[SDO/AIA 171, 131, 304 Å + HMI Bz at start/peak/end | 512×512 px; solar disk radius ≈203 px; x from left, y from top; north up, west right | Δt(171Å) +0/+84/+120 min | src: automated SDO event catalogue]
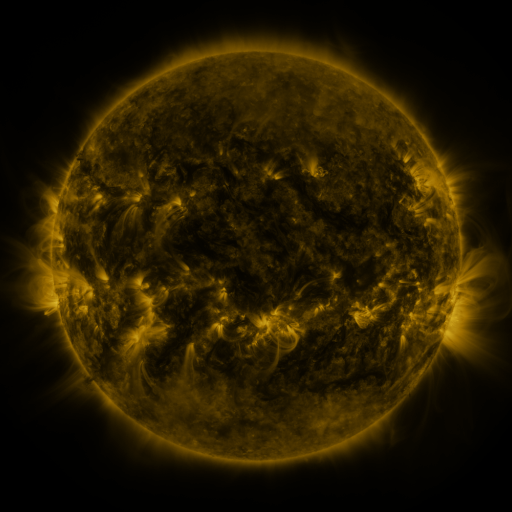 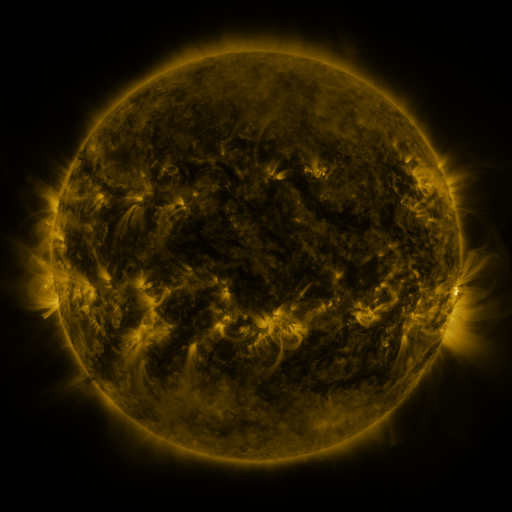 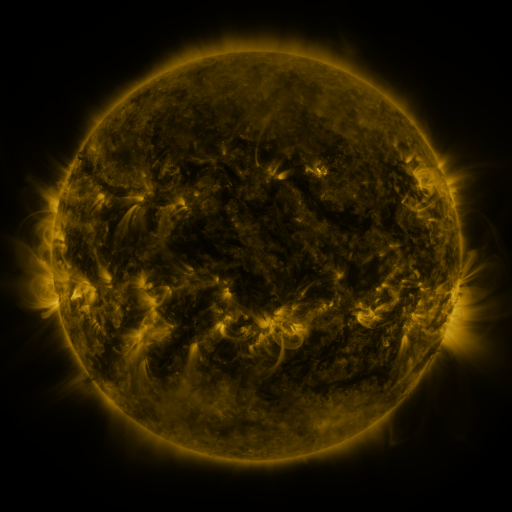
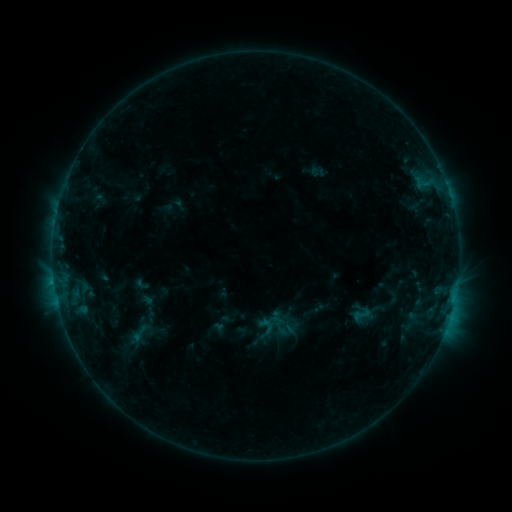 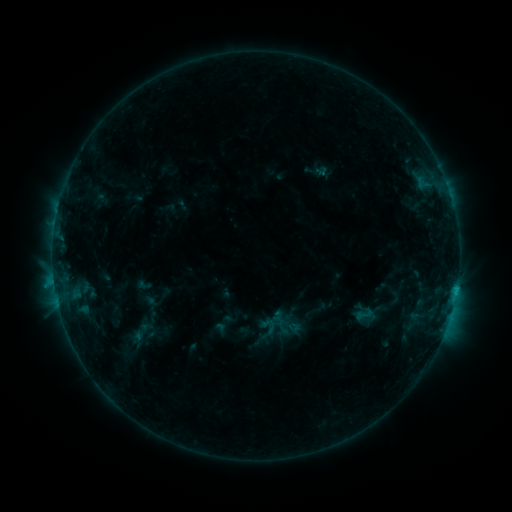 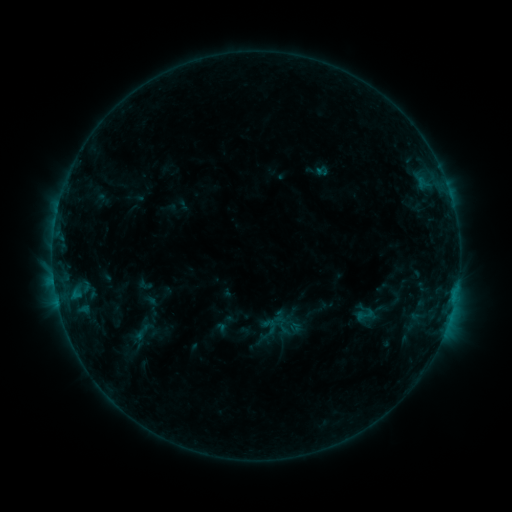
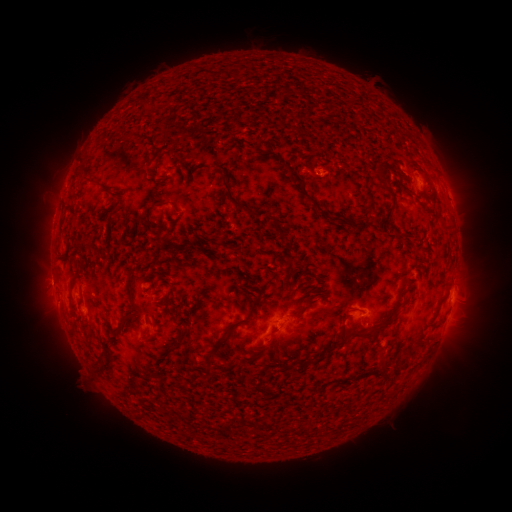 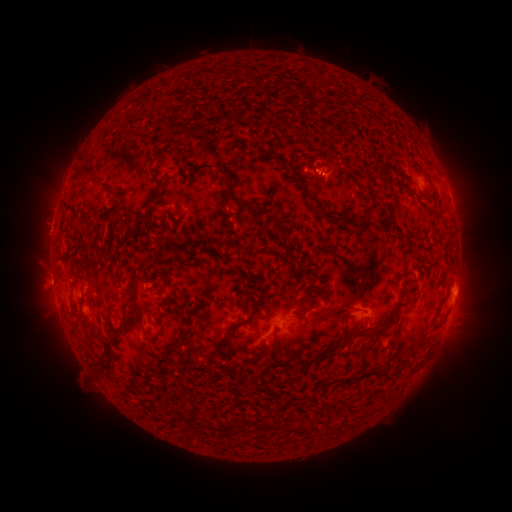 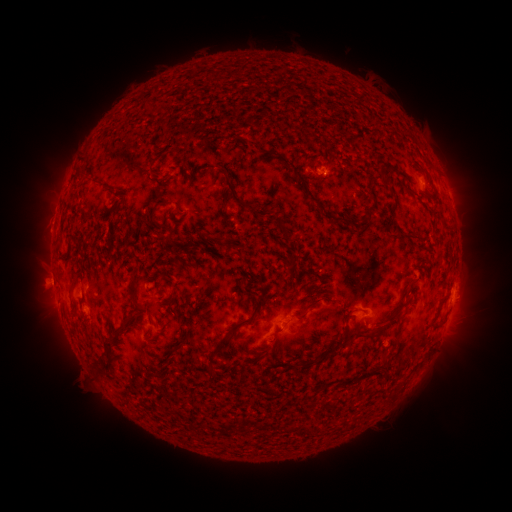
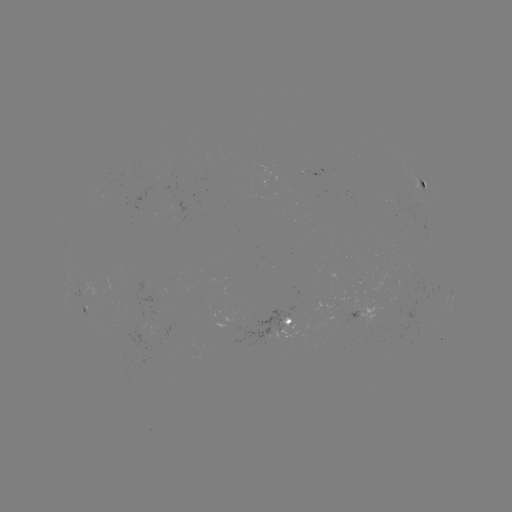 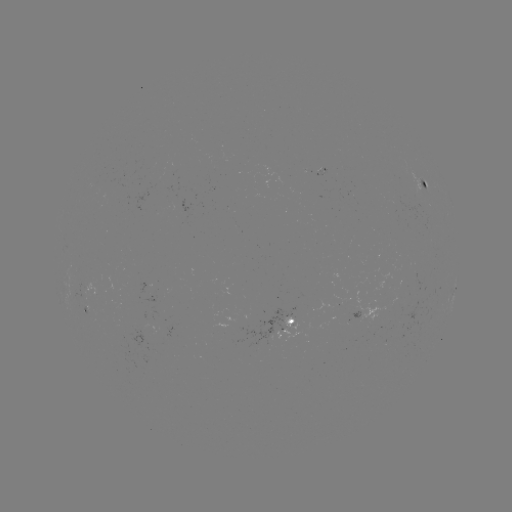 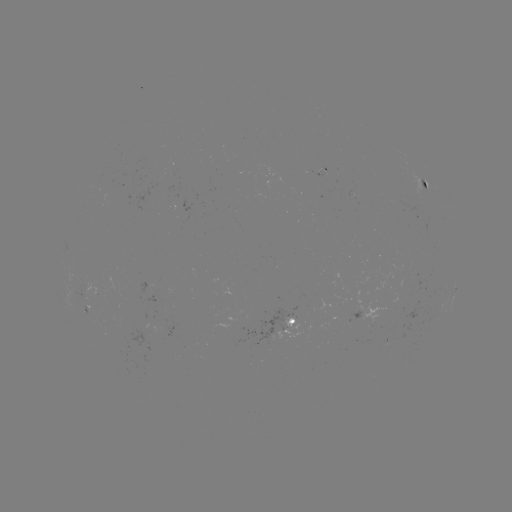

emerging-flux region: <bbox>347, 311, 359, 323</bbox>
